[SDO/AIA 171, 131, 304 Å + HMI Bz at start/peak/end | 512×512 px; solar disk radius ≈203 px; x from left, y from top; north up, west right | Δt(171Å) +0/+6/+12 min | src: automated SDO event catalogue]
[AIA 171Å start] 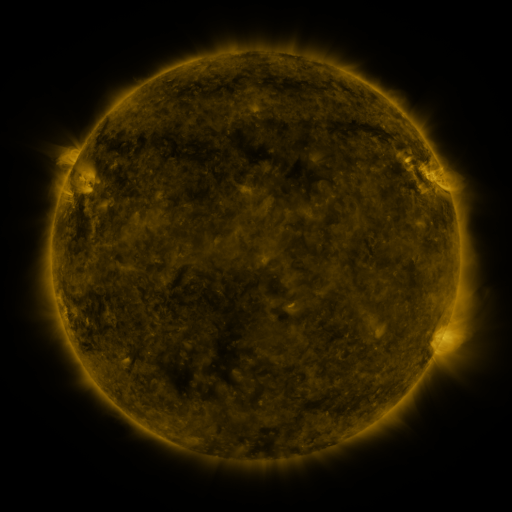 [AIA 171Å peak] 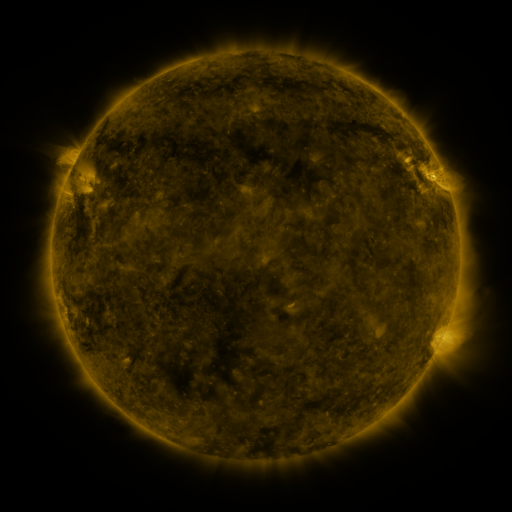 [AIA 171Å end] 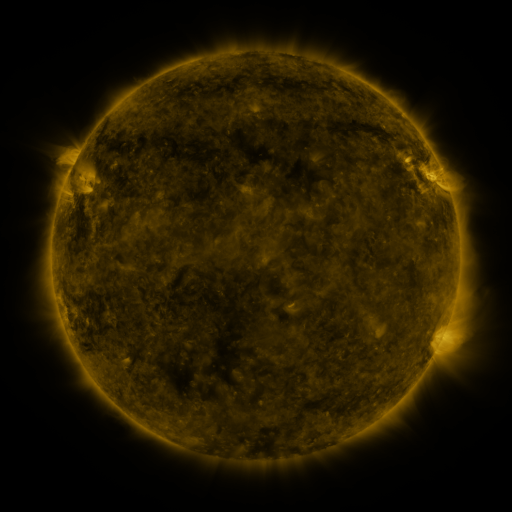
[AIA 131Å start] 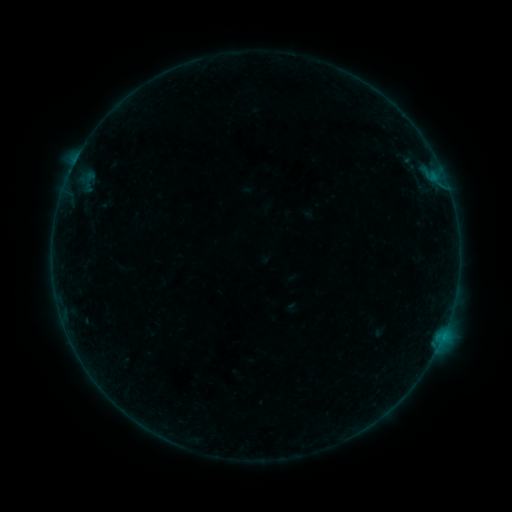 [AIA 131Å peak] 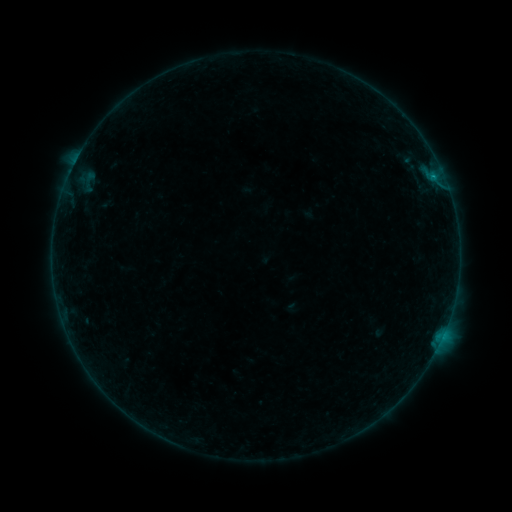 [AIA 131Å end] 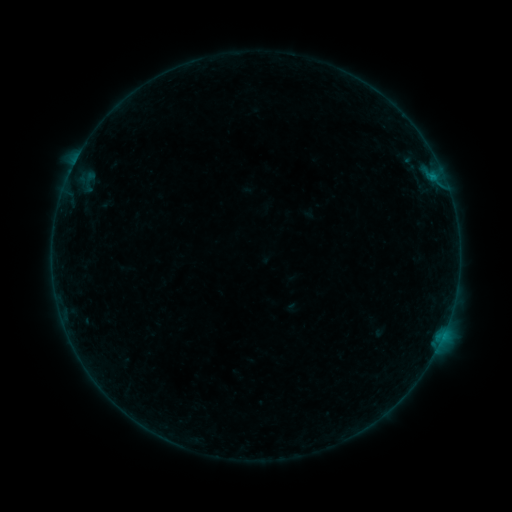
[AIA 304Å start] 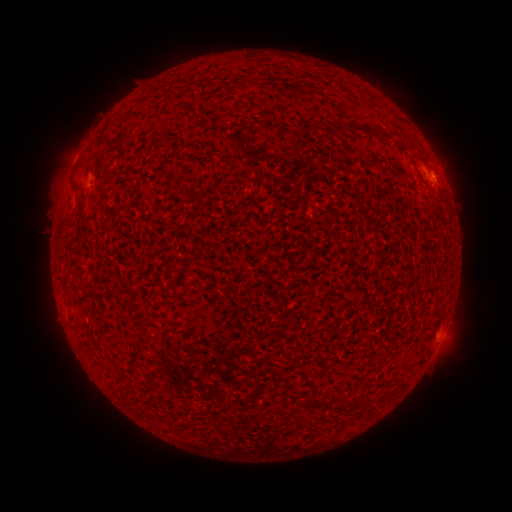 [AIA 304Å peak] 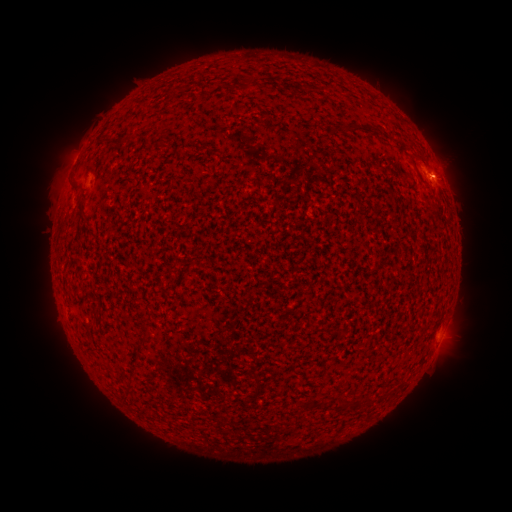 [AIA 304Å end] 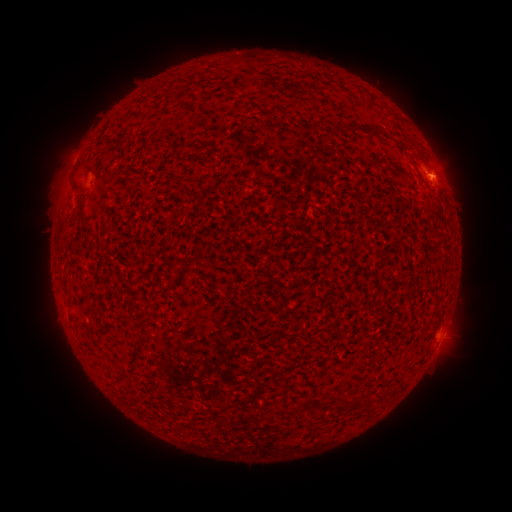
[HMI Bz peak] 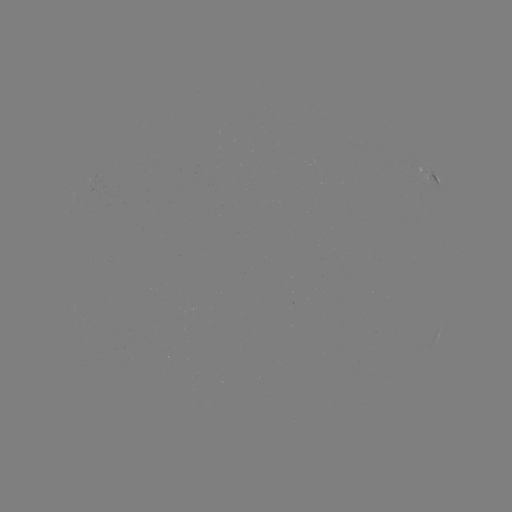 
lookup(B1.8 flare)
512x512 432,177